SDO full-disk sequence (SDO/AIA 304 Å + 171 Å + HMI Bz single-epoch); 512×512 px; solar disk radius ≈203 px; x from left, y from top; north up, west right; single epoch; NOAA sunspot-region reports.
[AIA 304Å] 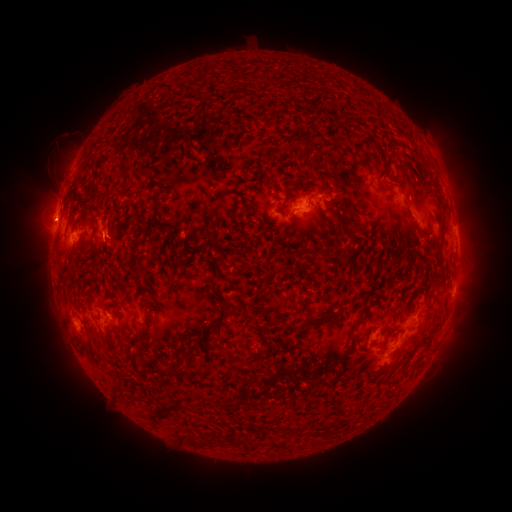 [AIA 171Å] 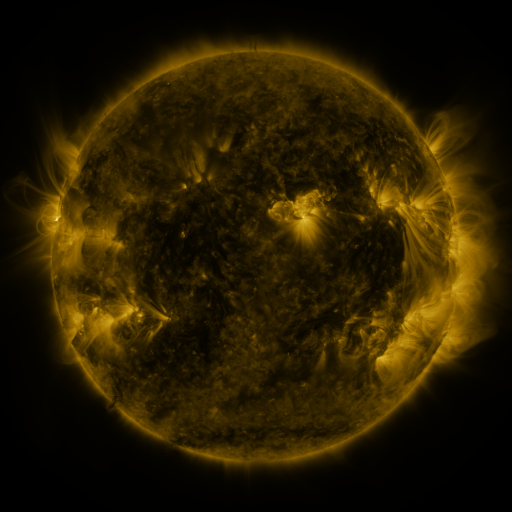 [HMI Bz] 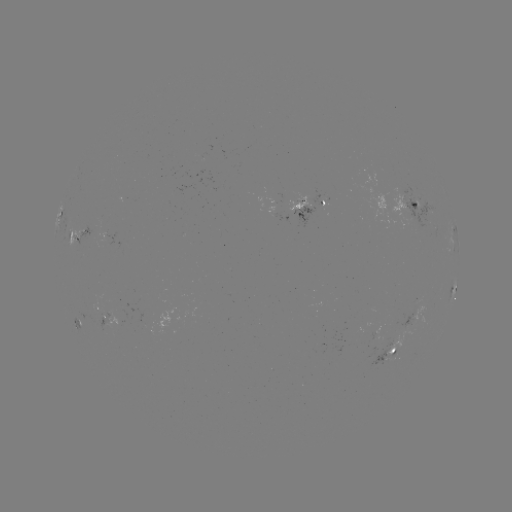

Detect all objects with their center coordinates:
spotted active region: (405, 172)
spotted active region: (307, 206)
spotted active region: (414, 206)
spotted active region: (454, 233)
spotted active region: (75, 238)
spotted active region: (454, 290)
spotted active region: (105, 307)
spotted active region: (394, 350)
